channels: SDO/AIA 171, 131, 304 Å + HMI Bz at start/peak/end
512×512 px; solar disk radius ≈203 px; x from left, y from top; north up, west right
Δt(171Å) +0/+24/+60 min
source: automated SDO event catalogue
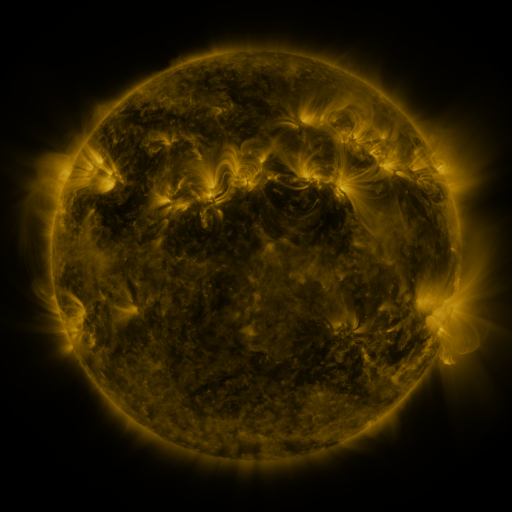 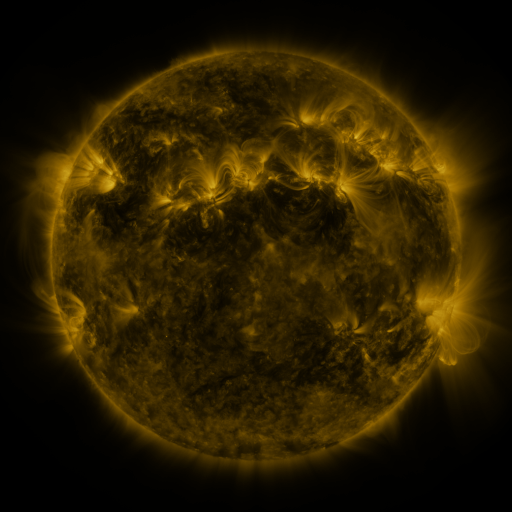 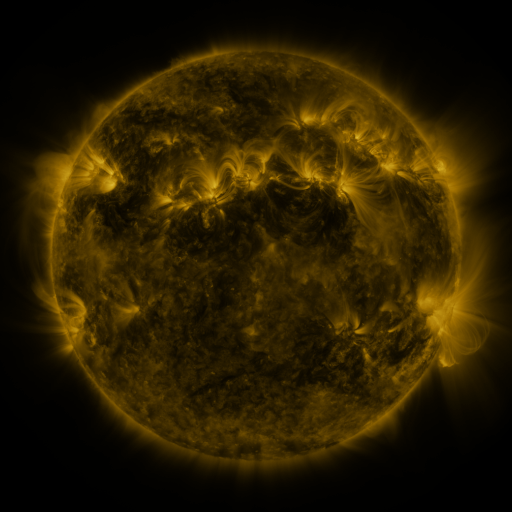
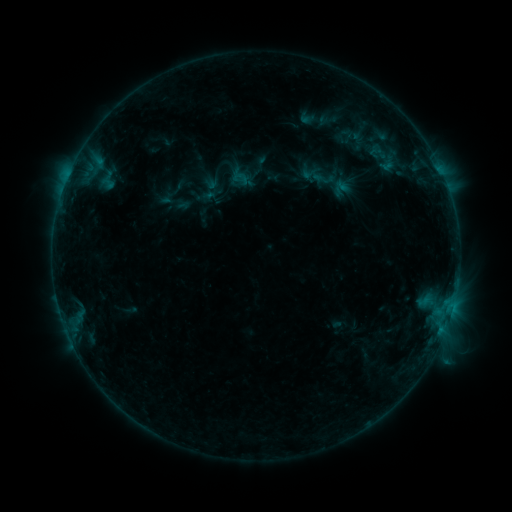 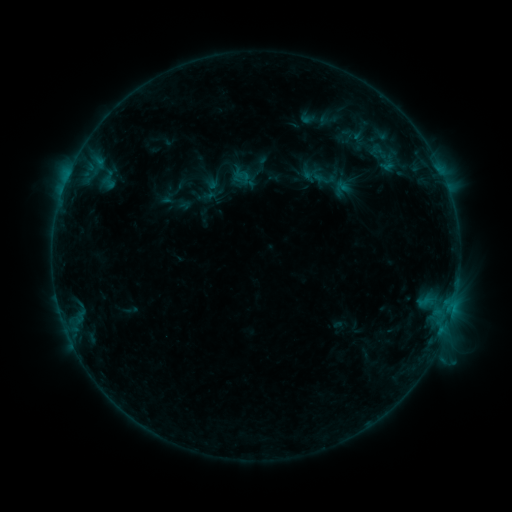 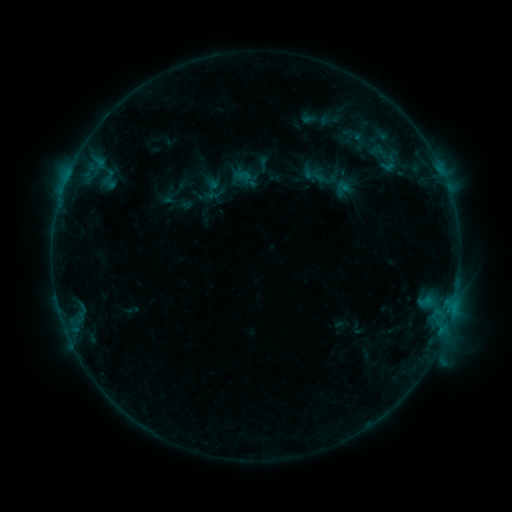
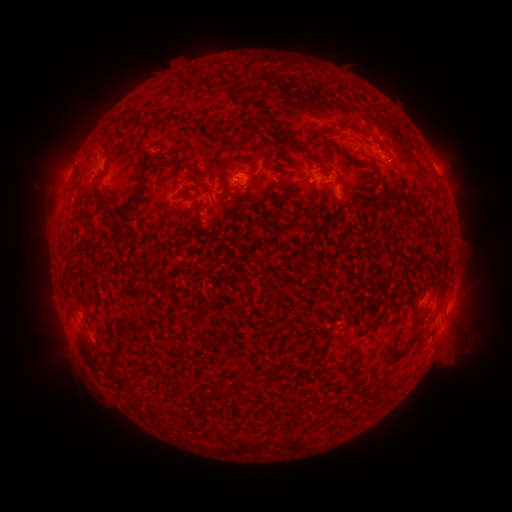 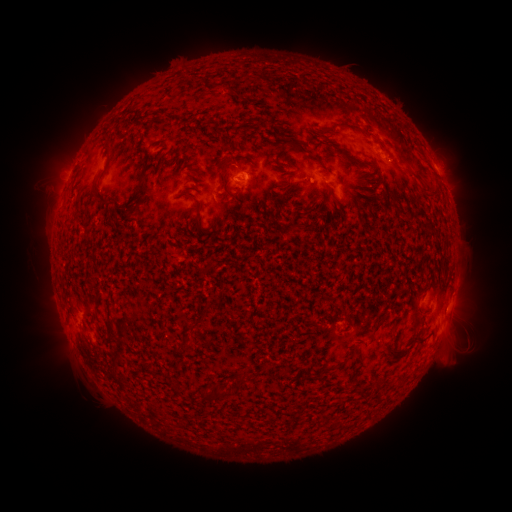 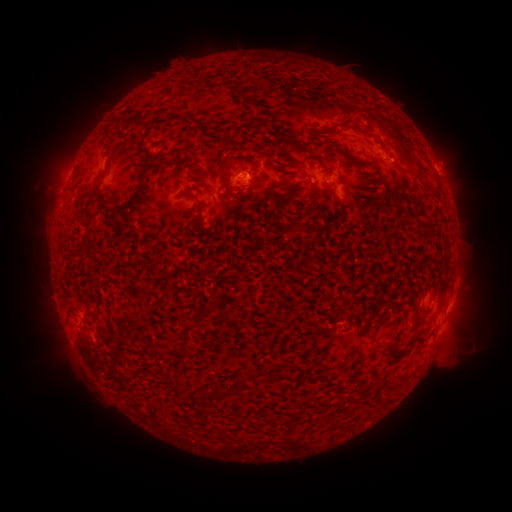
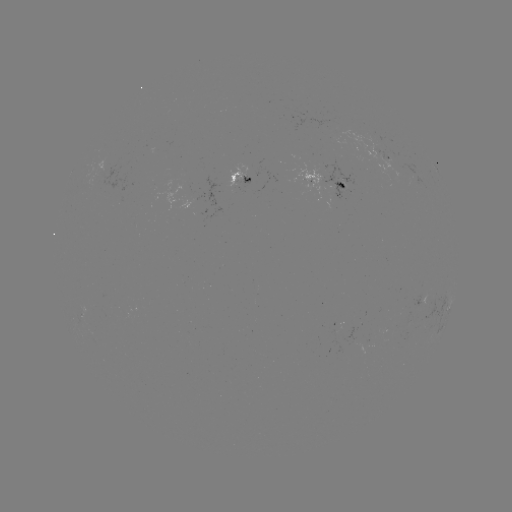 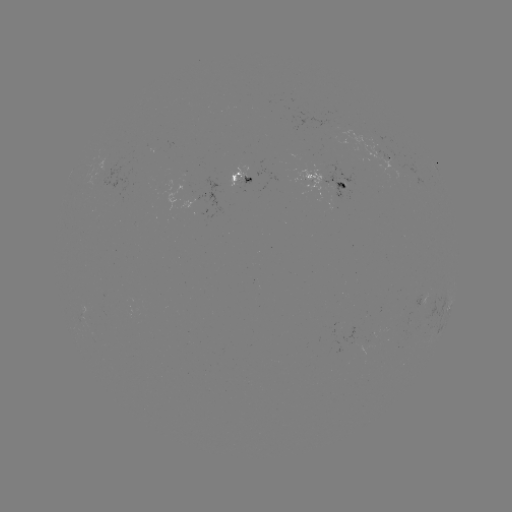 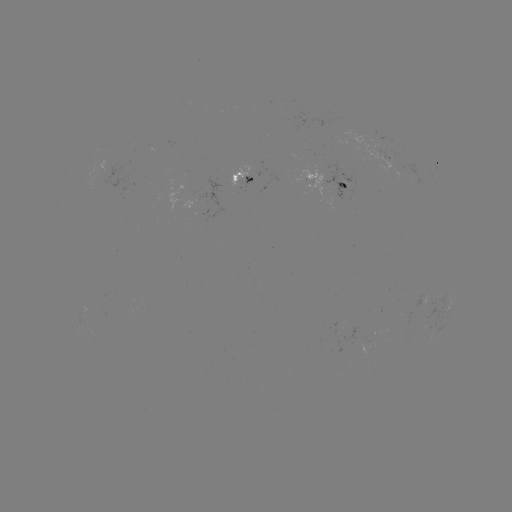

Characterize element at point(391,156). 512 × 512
emerging-flux region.